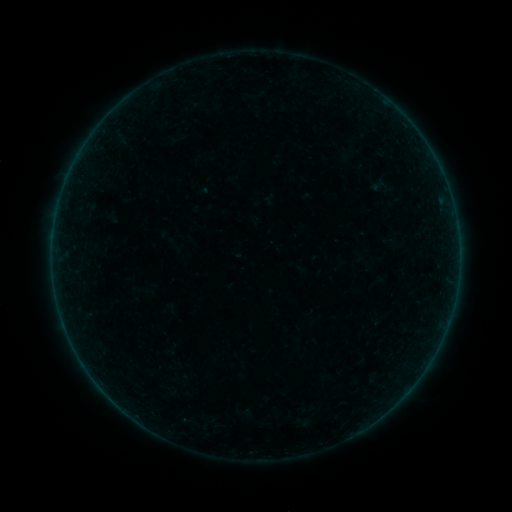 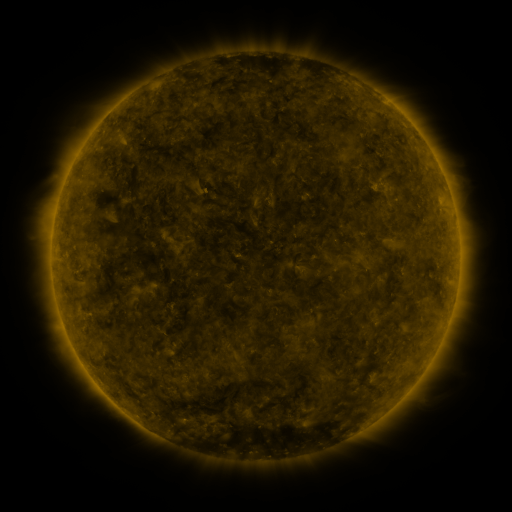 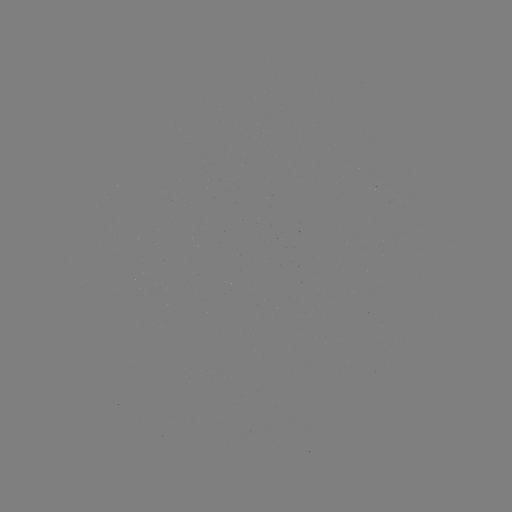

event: sigmoid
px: (378, 185)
